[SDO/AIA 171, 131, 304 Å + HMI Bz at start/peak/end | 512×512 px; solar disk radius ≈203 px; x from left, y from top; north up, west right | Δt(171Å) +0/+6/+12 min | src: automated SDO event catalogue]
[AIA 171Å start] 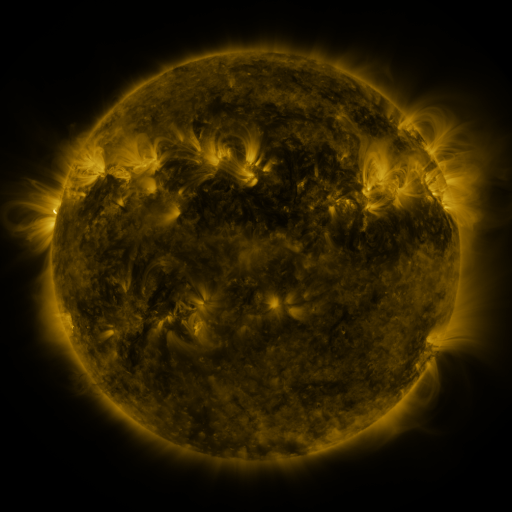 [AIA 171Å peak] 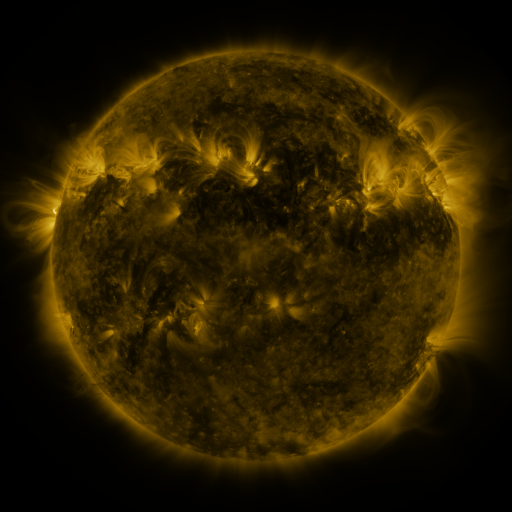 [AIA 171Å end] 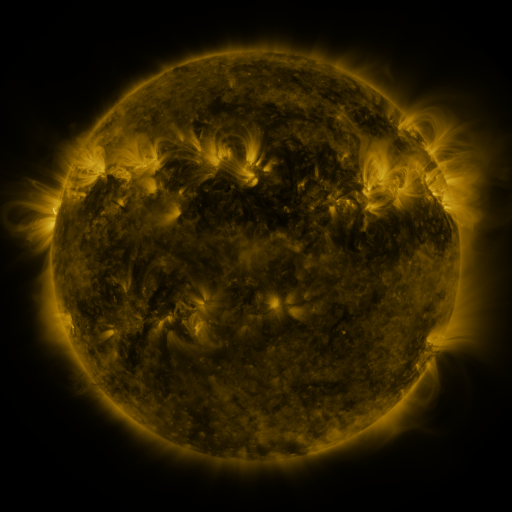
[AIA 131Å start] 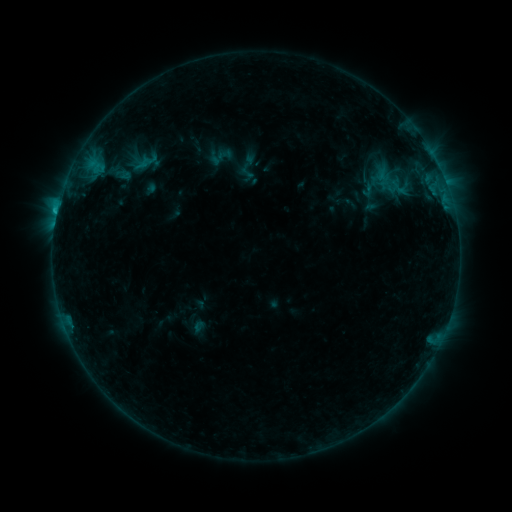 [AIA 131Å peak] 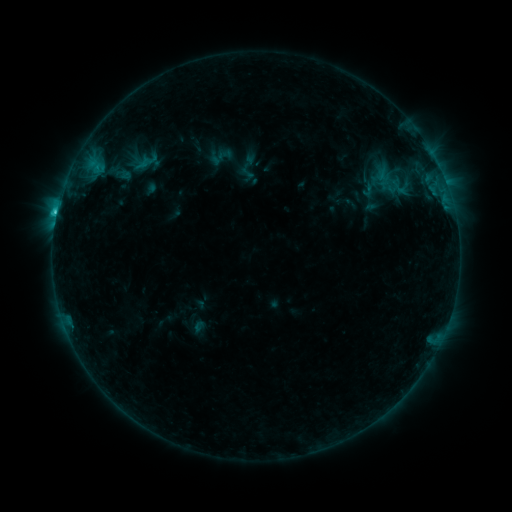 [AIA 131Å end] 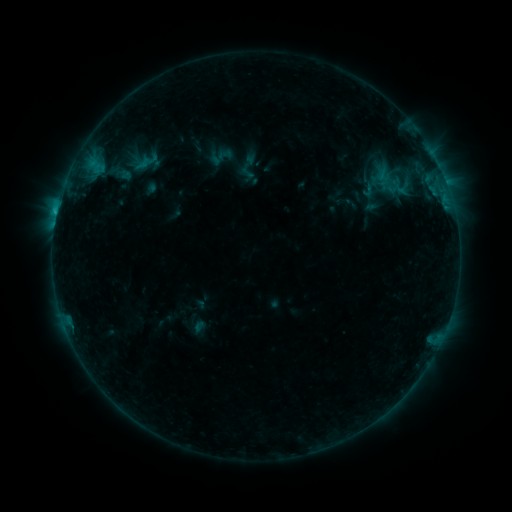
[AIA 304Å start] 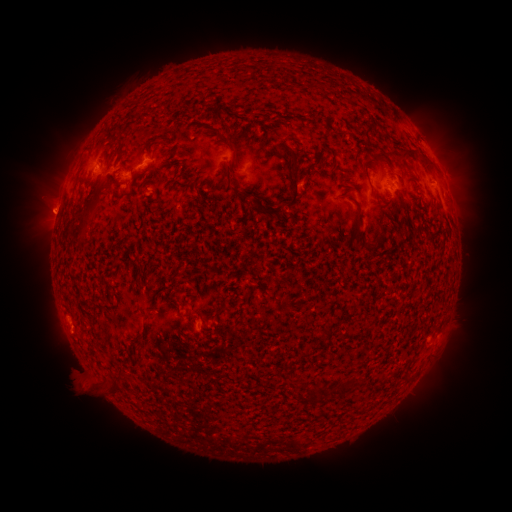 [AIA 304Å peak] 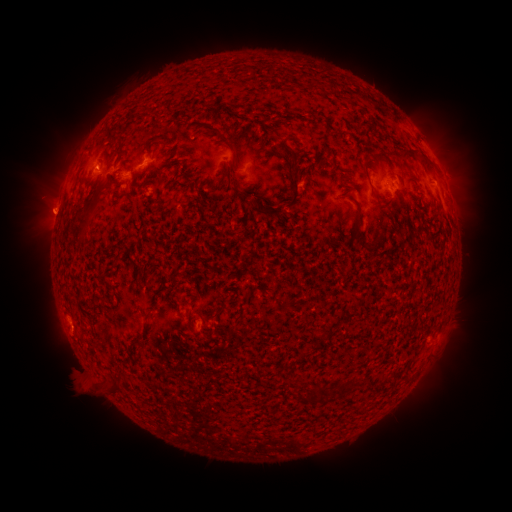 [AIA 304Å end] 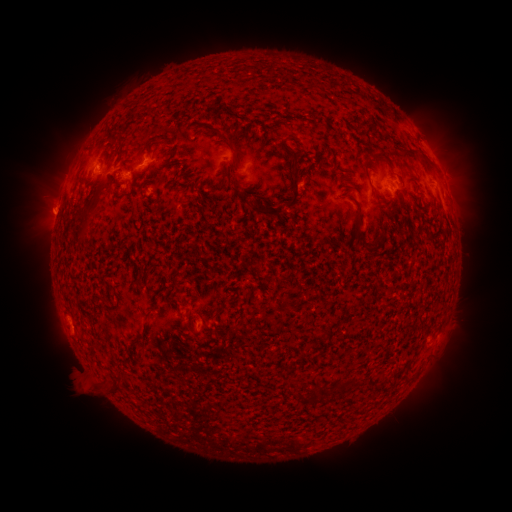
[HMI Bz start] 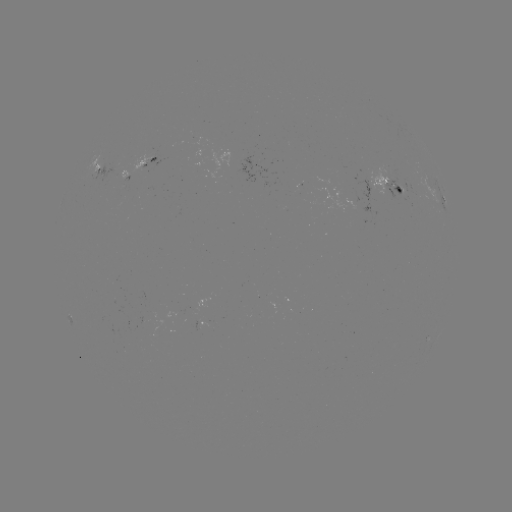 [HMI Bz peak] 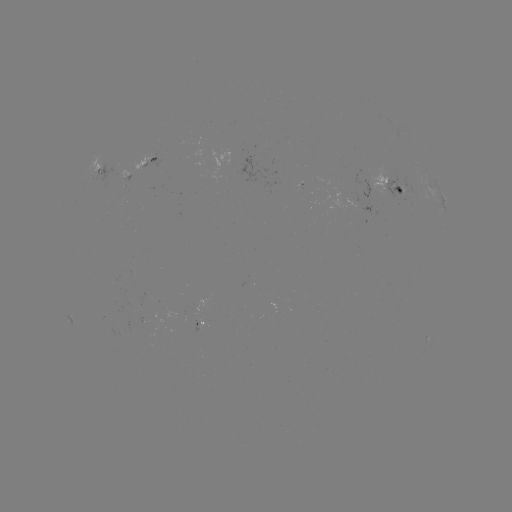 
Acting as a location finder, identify C1.5 flare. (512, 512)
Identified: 57,213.